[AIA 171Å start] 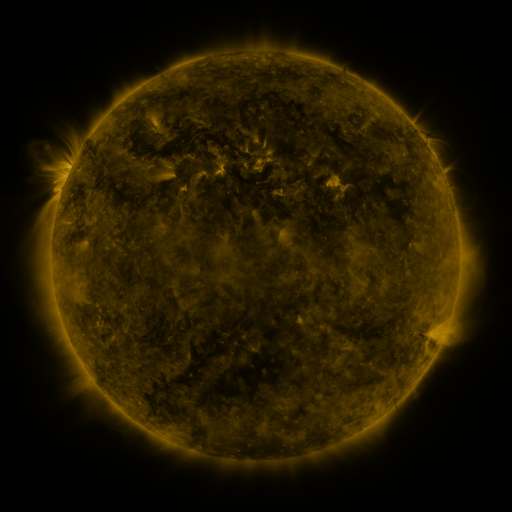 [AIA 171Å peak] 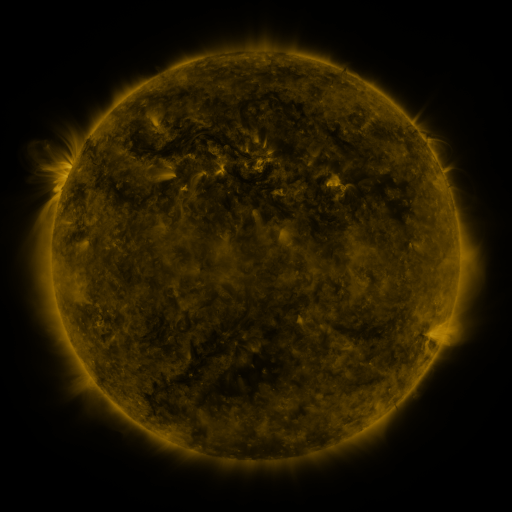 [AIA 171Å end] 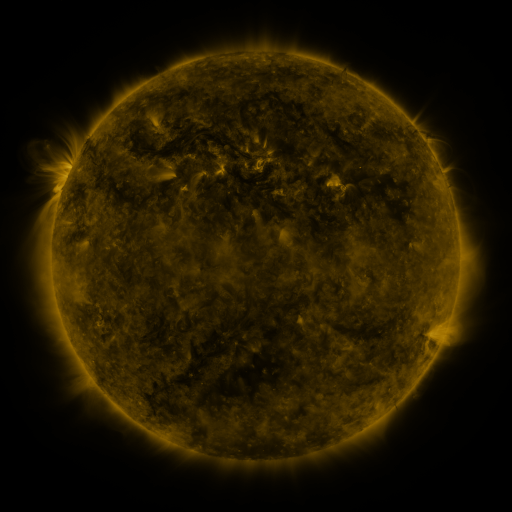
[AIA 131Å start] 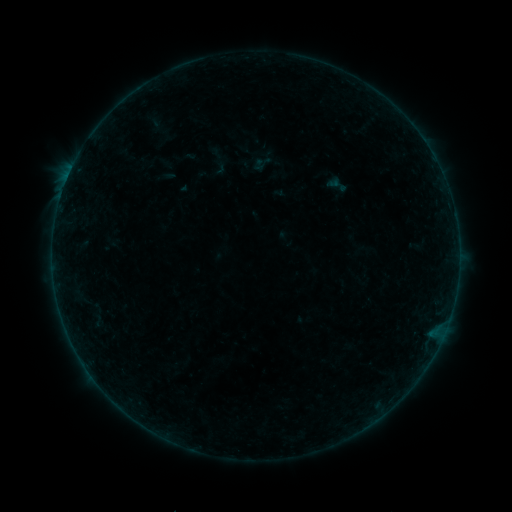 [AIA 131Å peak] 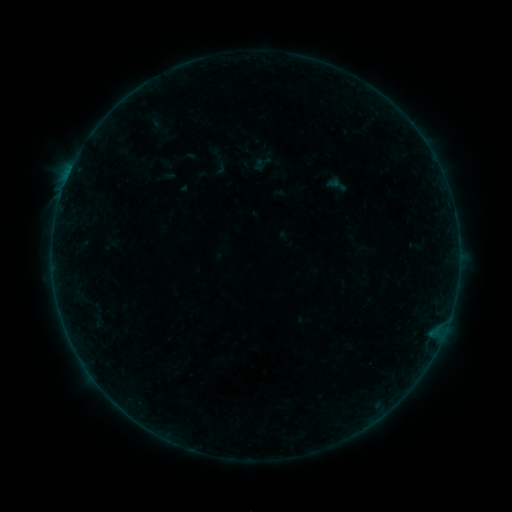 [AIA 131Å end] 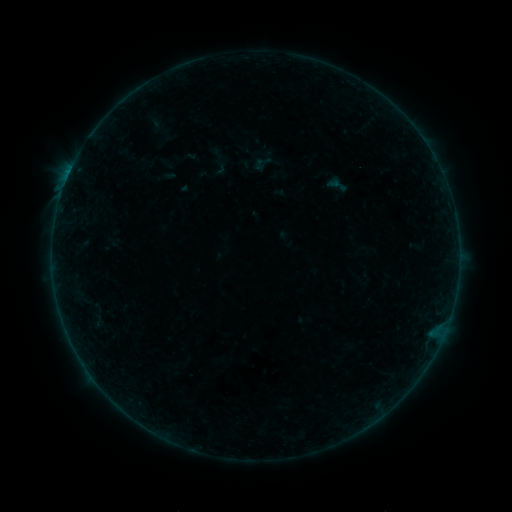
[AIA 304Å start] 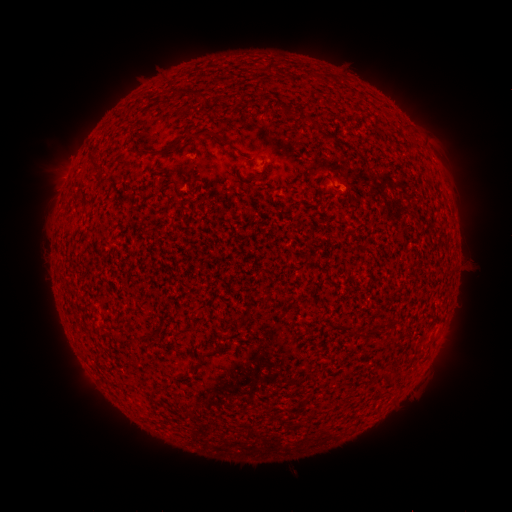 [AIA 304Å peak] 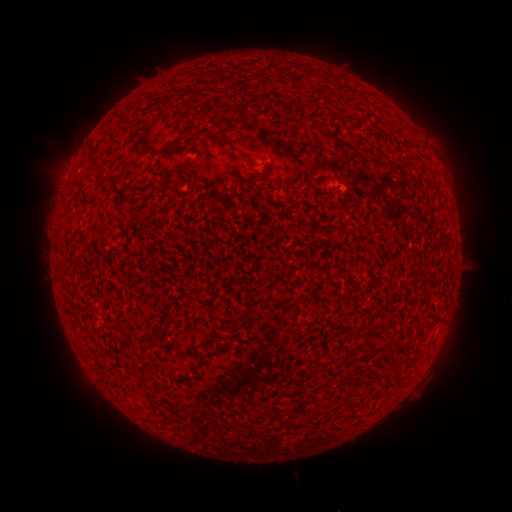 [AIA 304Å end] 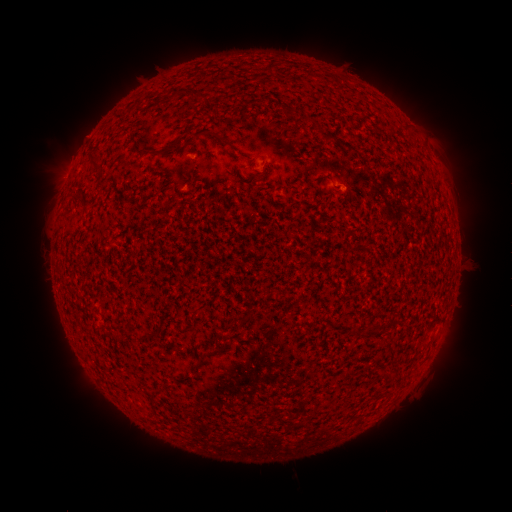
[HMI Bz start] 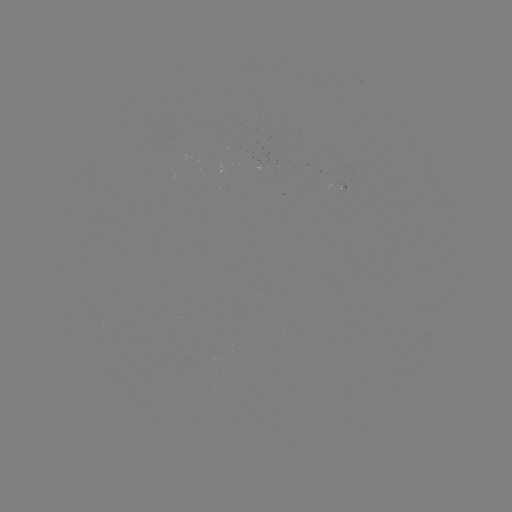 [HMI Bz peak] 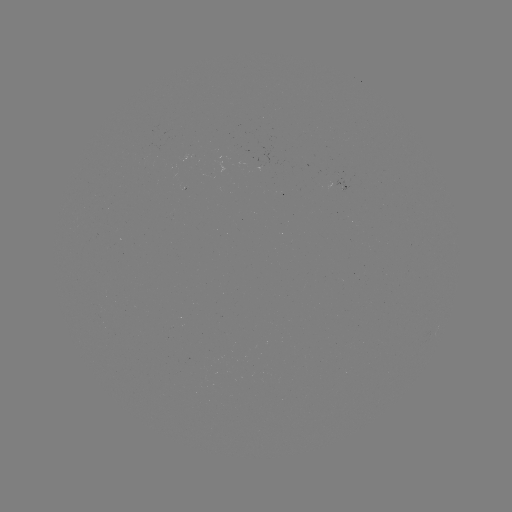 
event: flare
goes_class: B2.2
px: (192, 156)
